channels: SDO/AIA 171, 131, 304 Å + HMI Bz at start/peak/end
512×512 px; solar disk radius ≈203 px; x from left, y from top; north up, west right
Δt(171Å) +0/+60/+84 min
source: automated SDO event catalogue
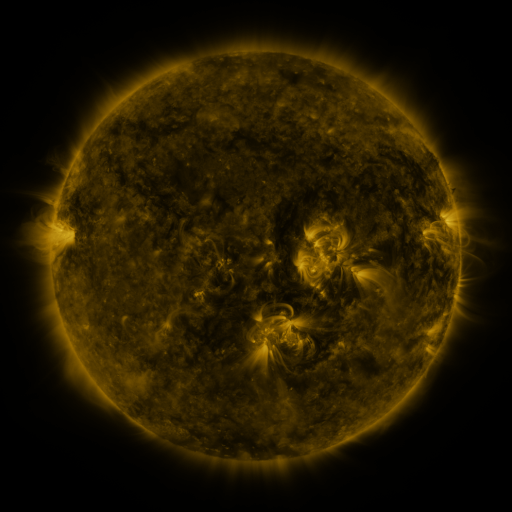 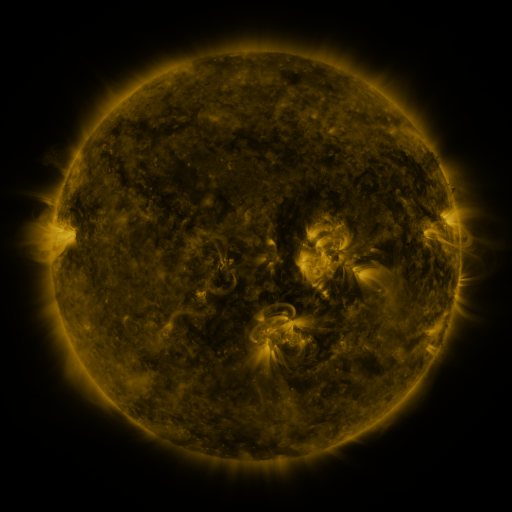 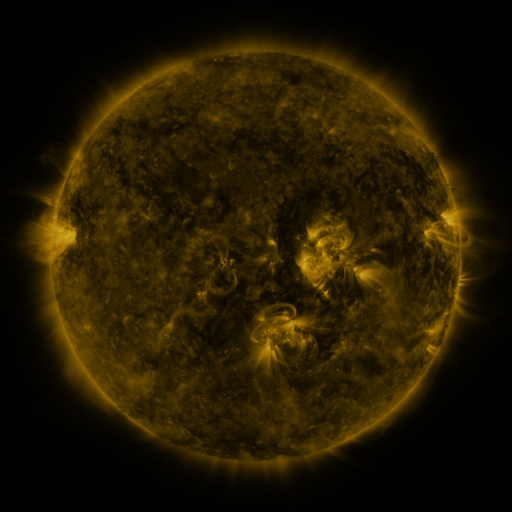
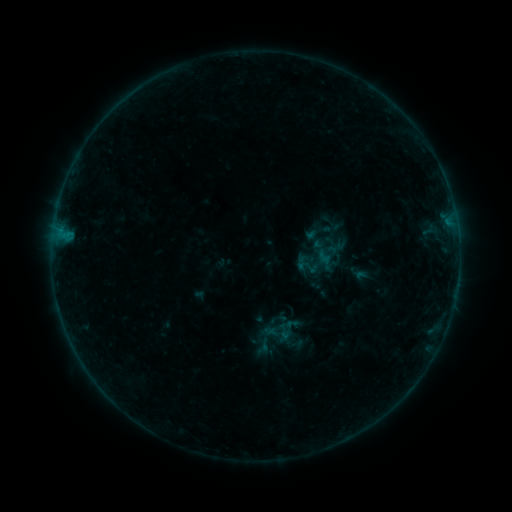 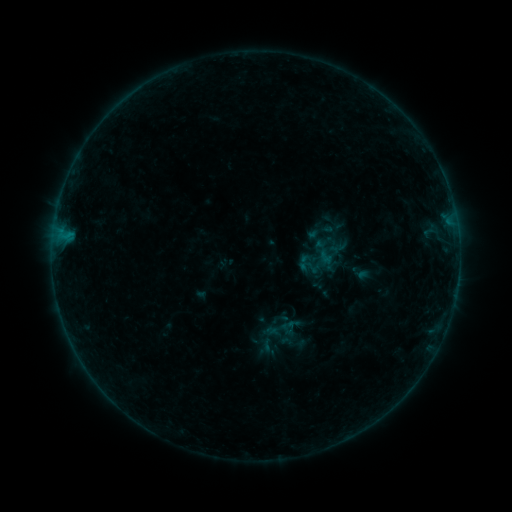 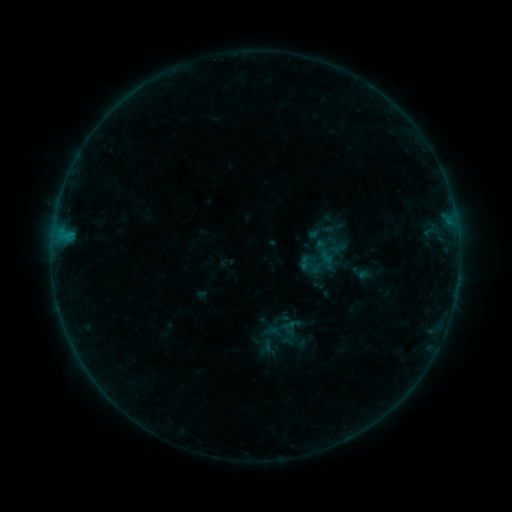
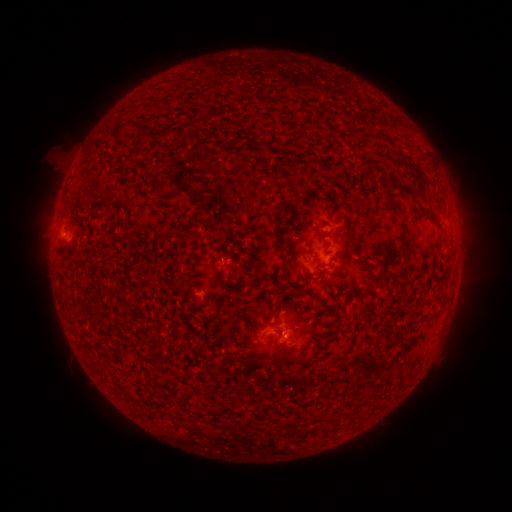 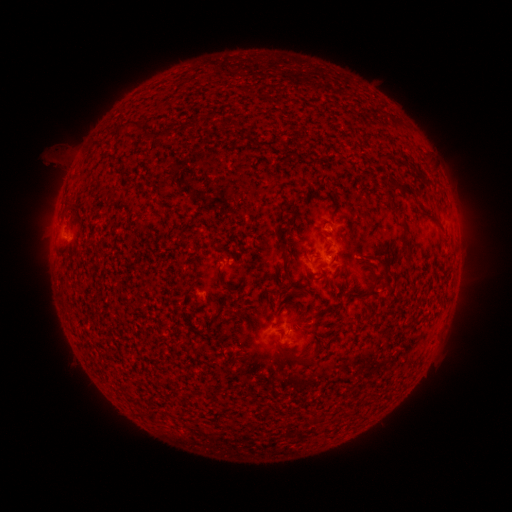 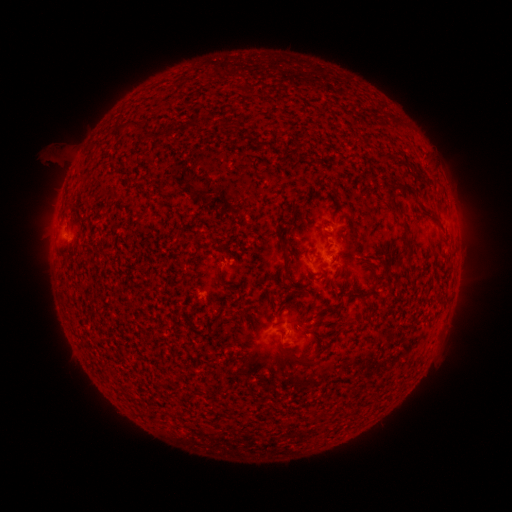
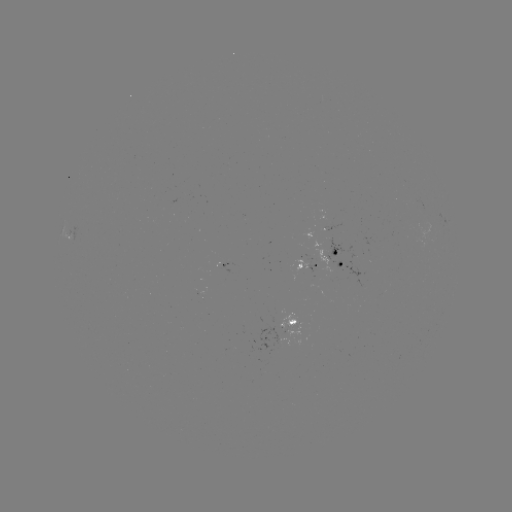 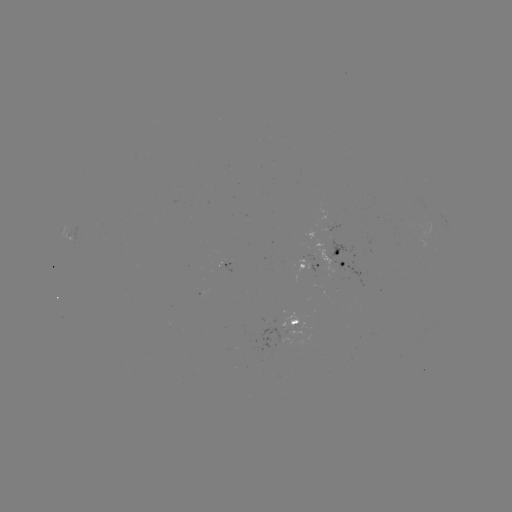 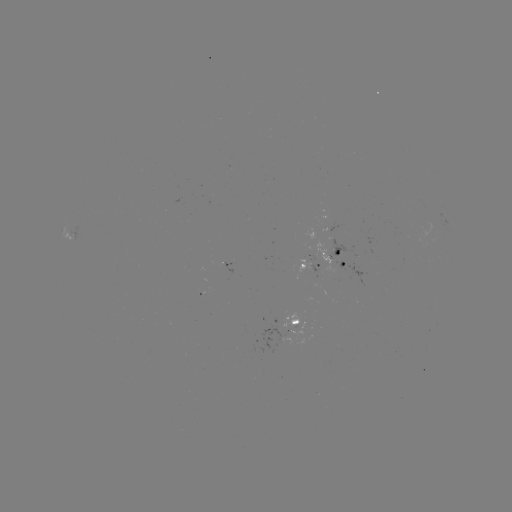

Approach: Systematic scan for emerging-flux region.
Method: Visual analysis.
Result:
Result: emerging-flux region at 294,324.